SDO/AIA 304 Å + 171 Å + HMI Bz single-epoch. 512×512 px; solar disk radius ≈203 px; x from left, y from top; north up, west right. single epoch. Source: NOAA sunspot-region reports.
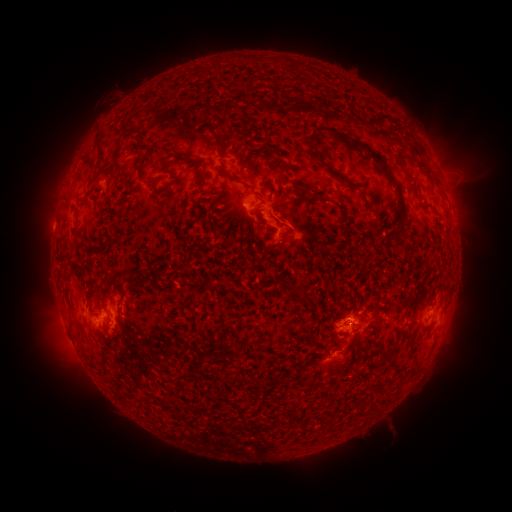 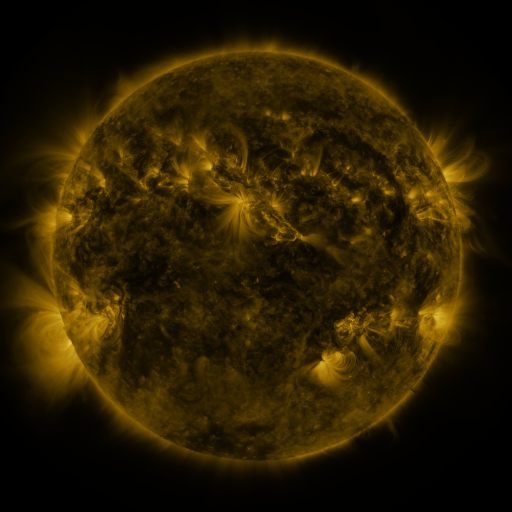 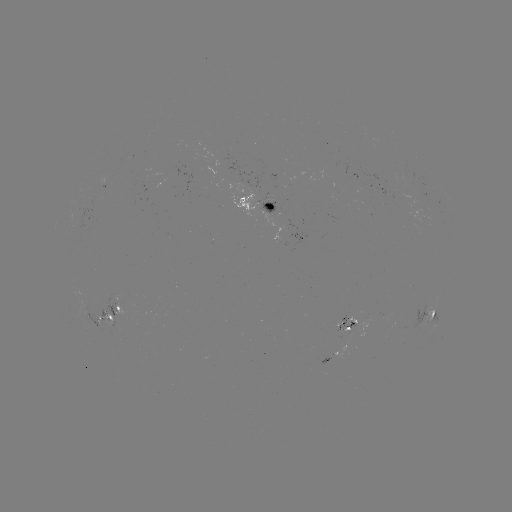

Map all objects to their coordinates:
spotted active region: (256, 202)
spotted active region: (305, 237)
spotted active region: (109, 314)
spotted active region: (435, 316)
spotted active region: (344, 325)
